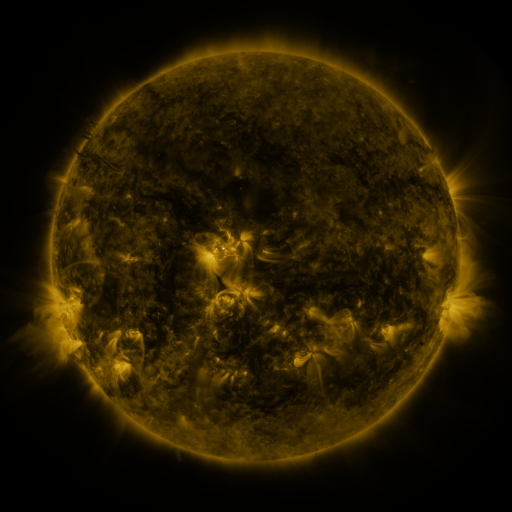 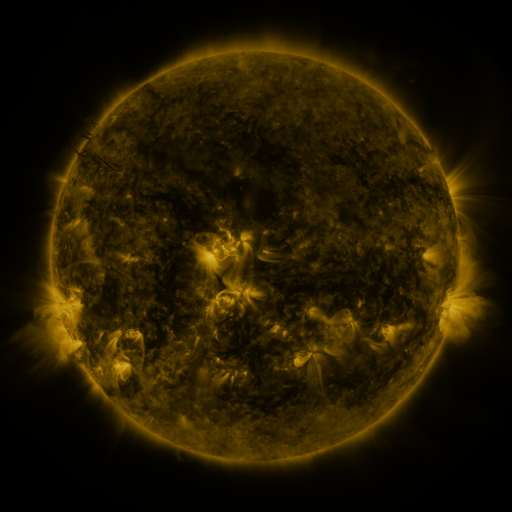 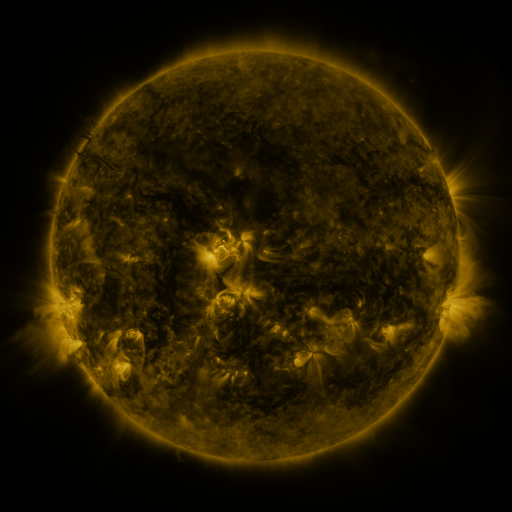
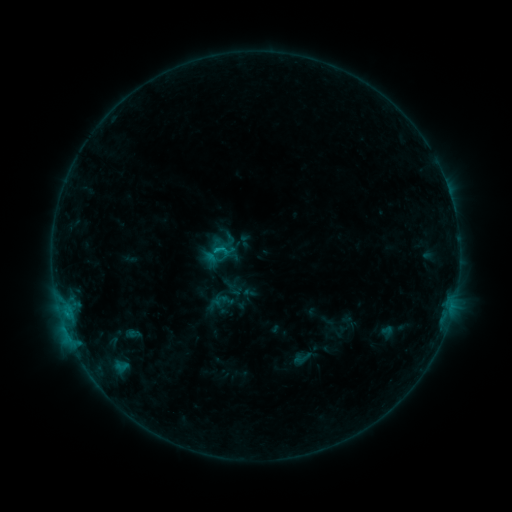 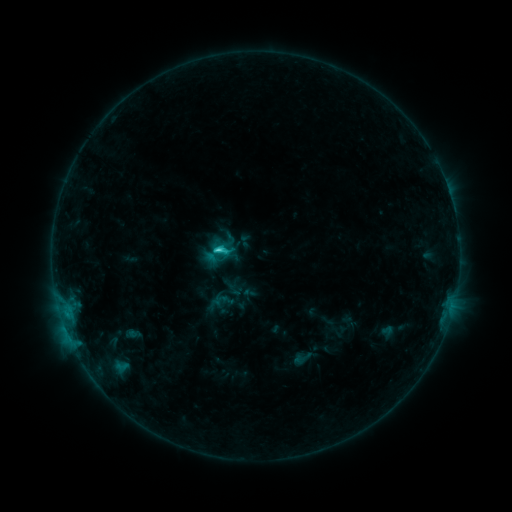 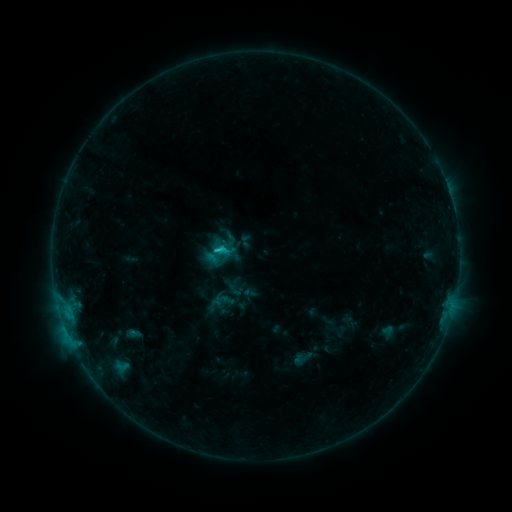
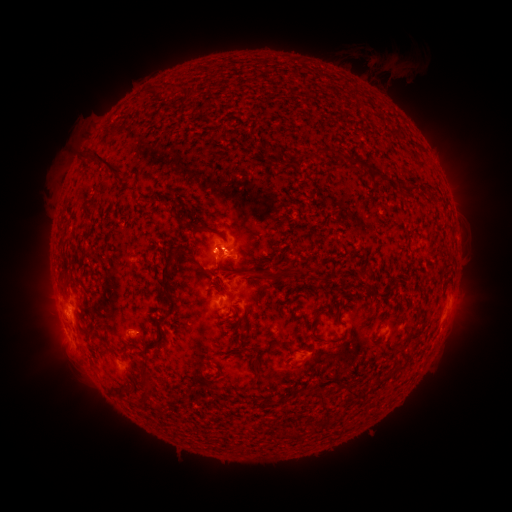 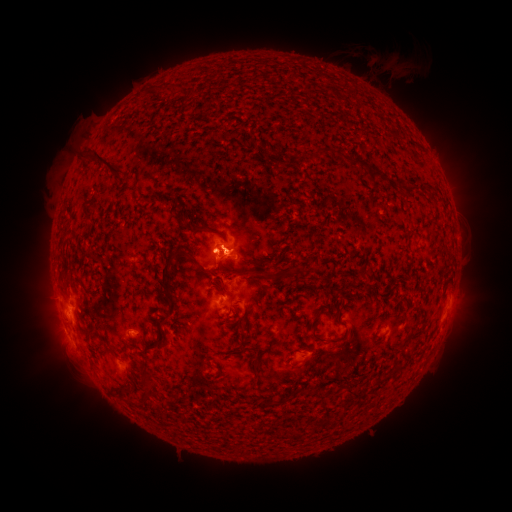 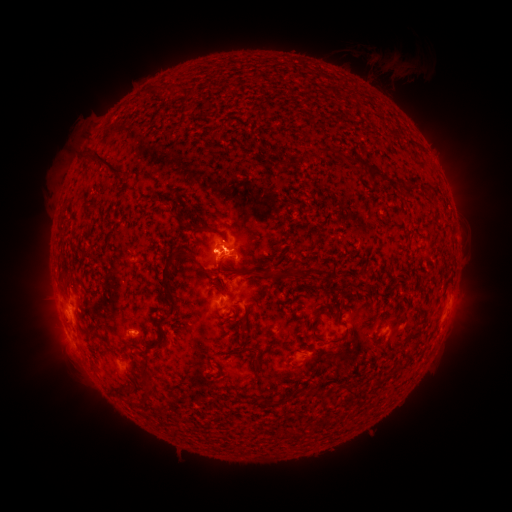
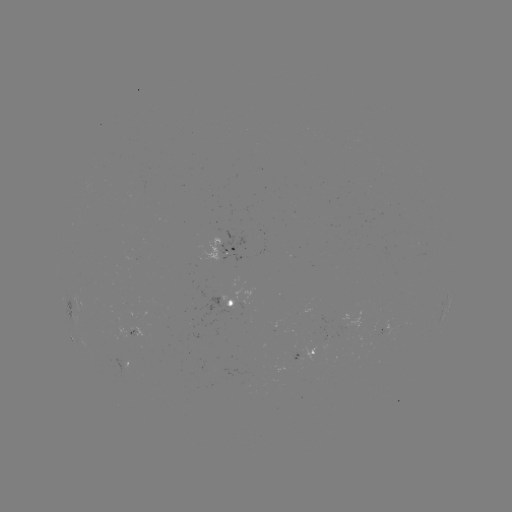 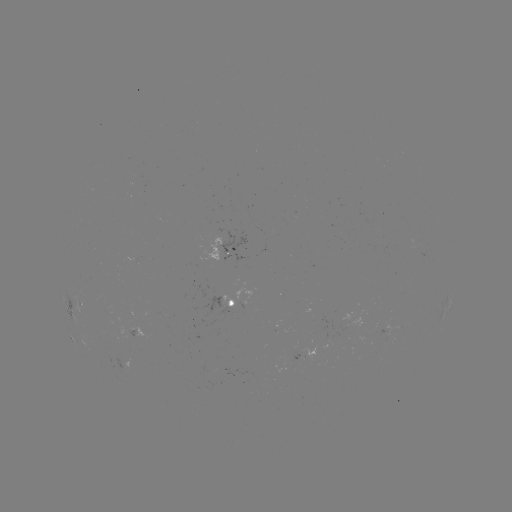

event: flare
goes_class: C2.3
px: (220, 249)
